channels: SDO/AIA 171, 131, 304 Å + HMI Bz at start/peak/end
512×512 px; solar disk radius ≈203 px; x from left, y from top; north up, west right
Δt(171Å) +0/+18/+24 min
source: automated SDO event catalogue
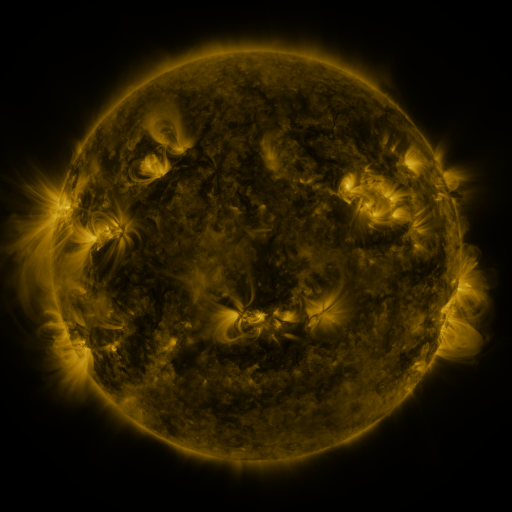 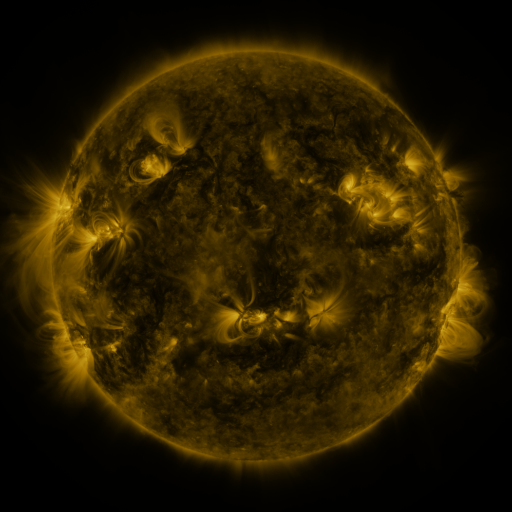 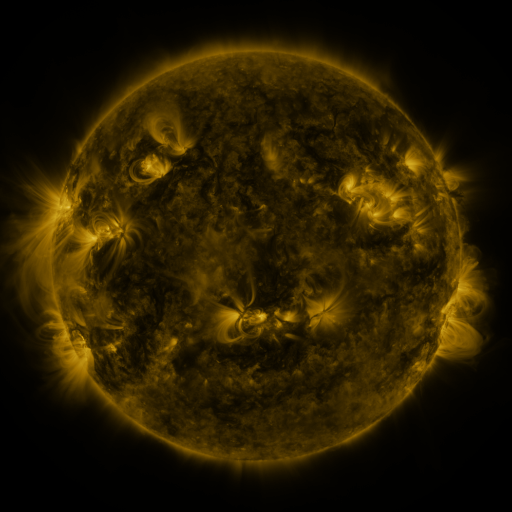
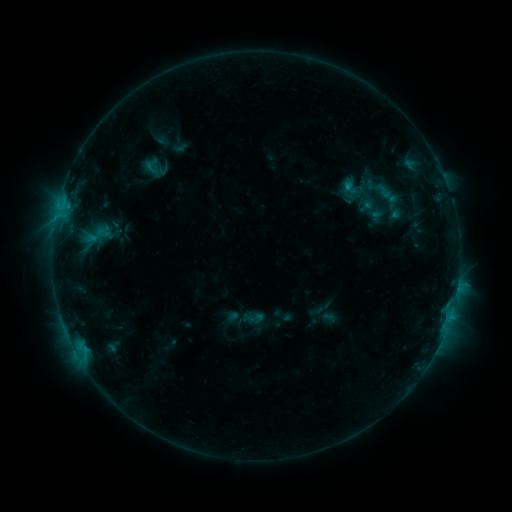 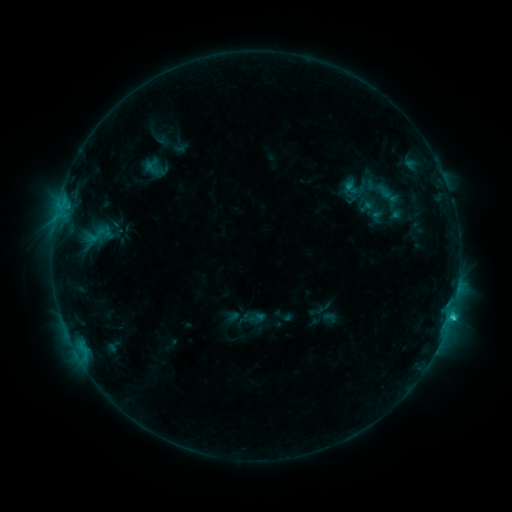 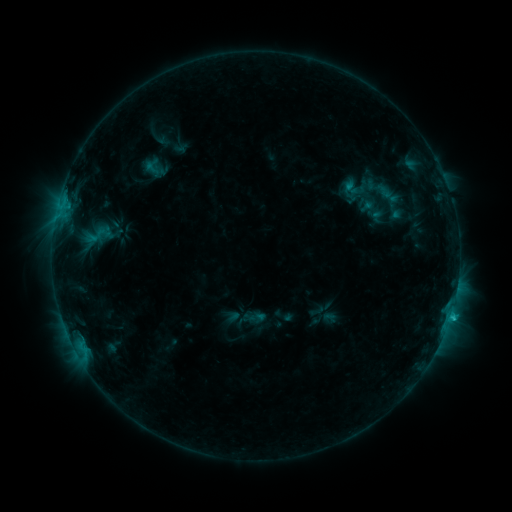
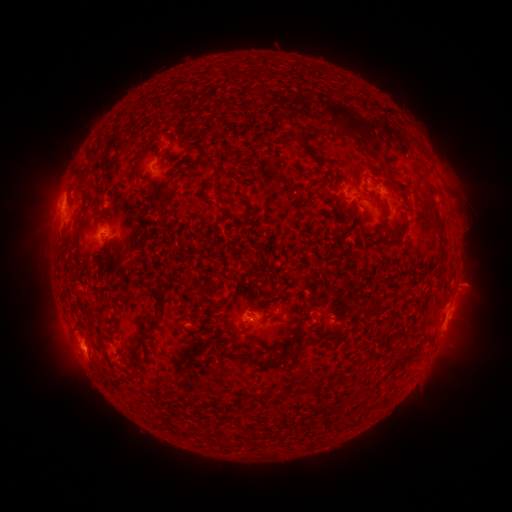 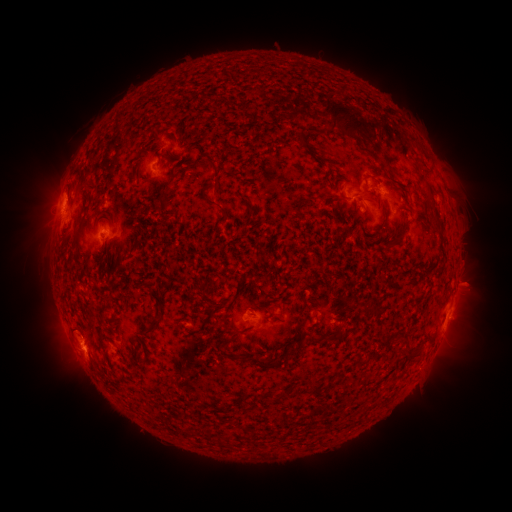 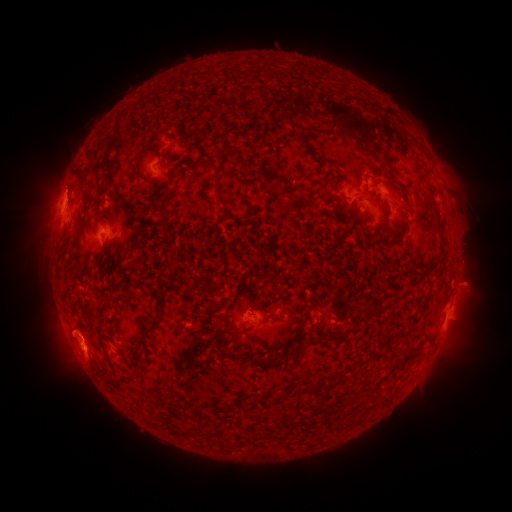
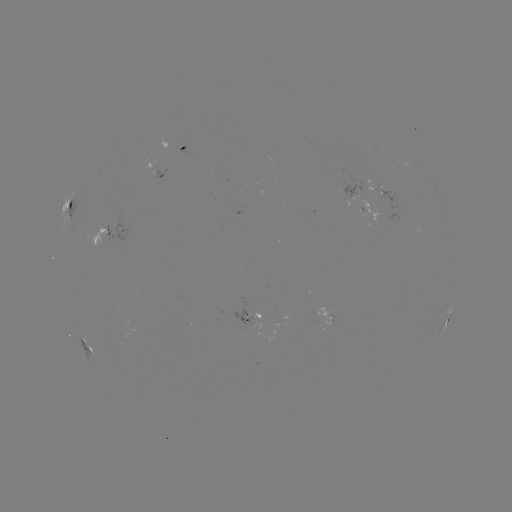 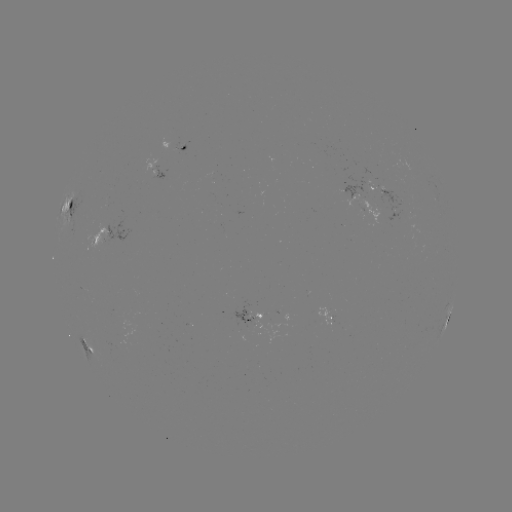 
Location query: C1.5 flare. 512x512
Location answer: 450,315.